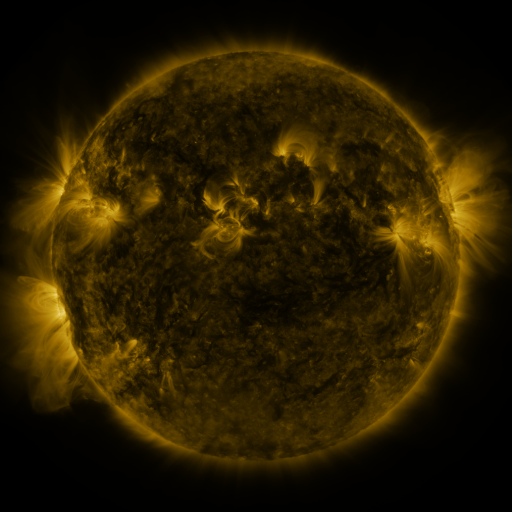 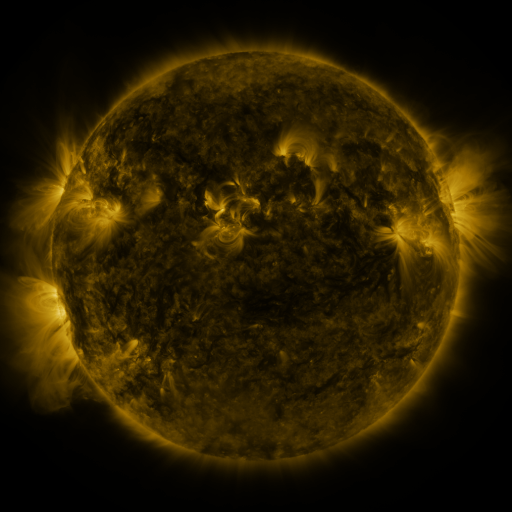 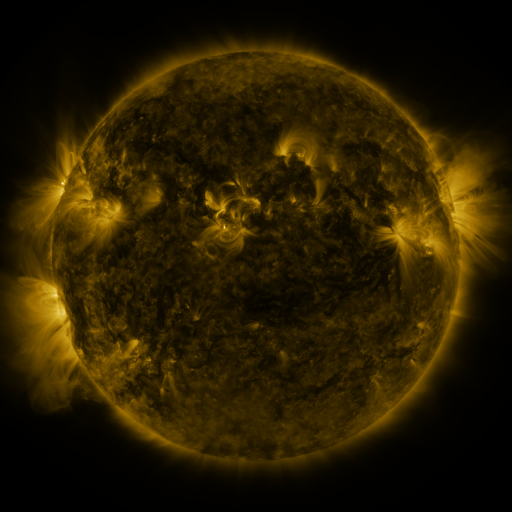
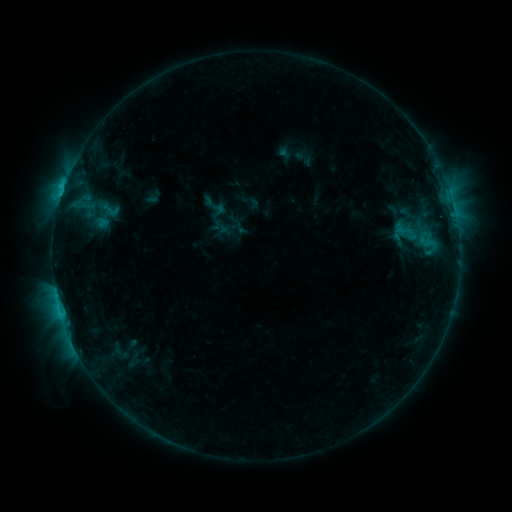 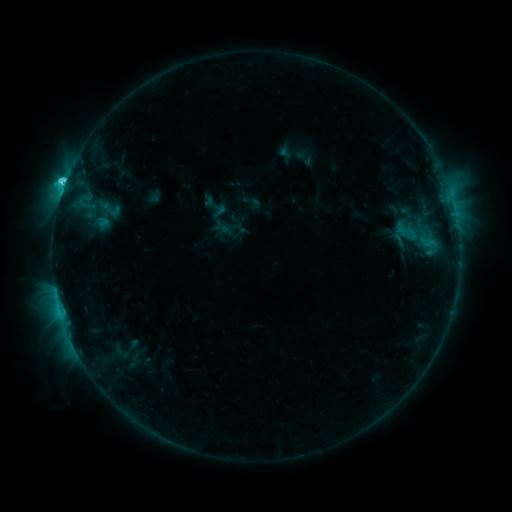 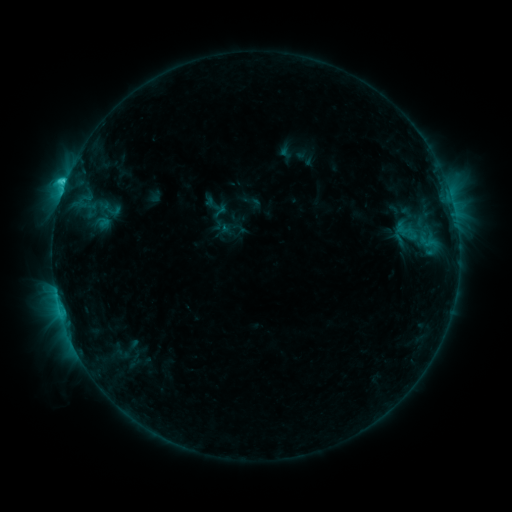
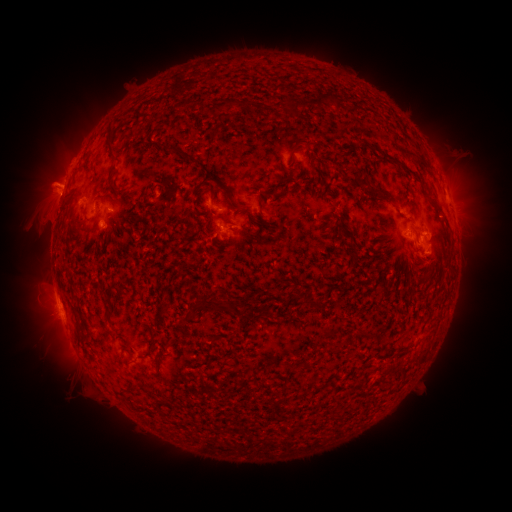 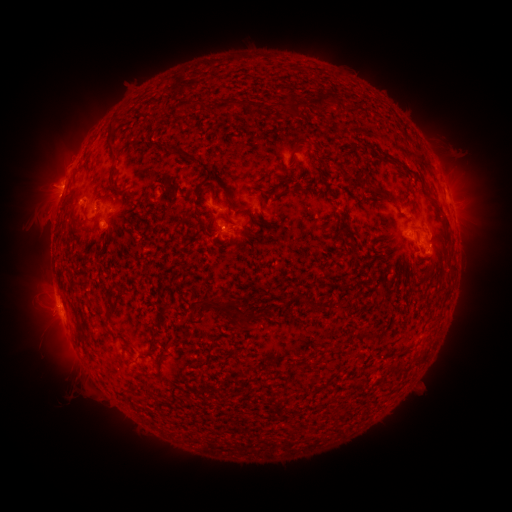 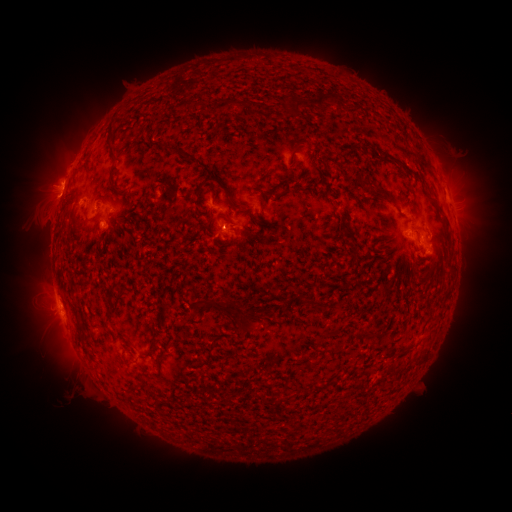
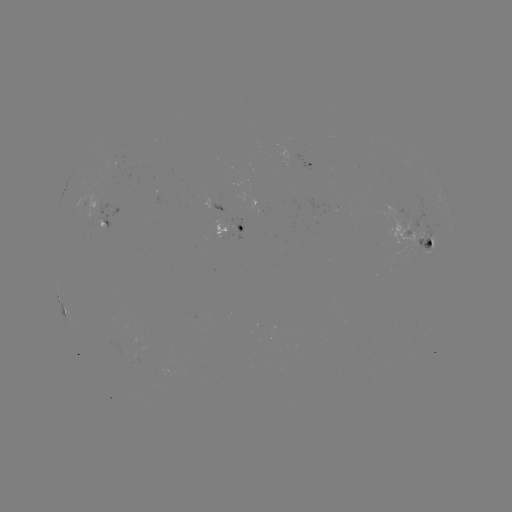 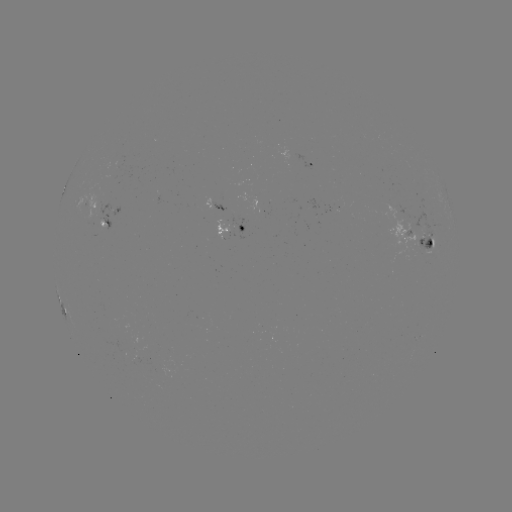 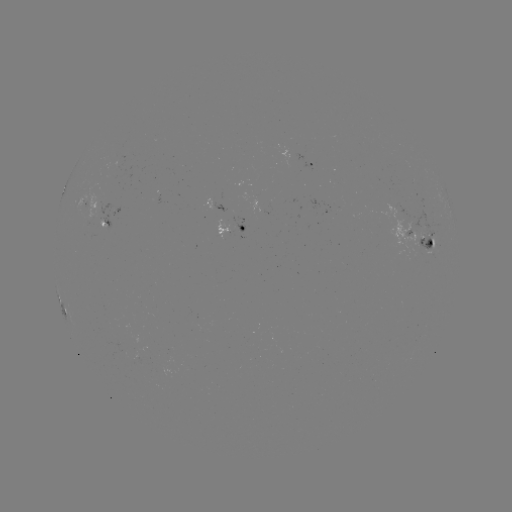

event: flare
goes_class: C4.1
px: (65, 187)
